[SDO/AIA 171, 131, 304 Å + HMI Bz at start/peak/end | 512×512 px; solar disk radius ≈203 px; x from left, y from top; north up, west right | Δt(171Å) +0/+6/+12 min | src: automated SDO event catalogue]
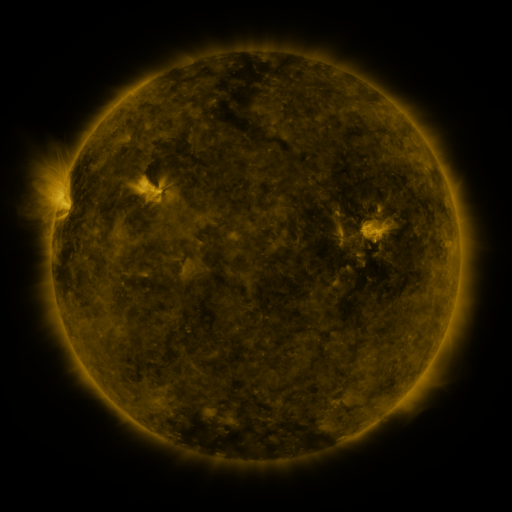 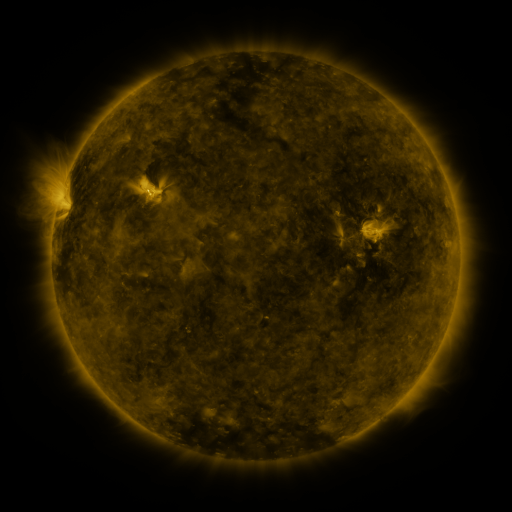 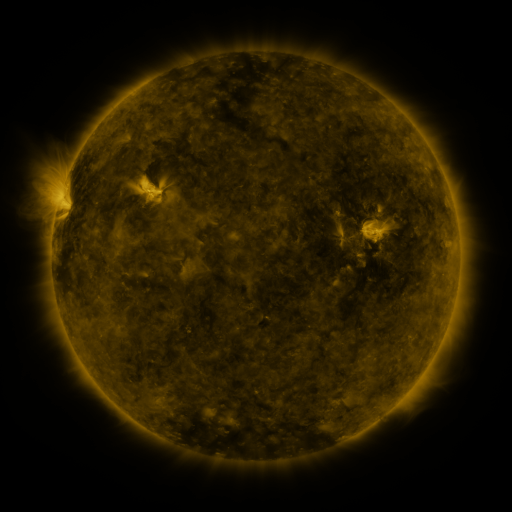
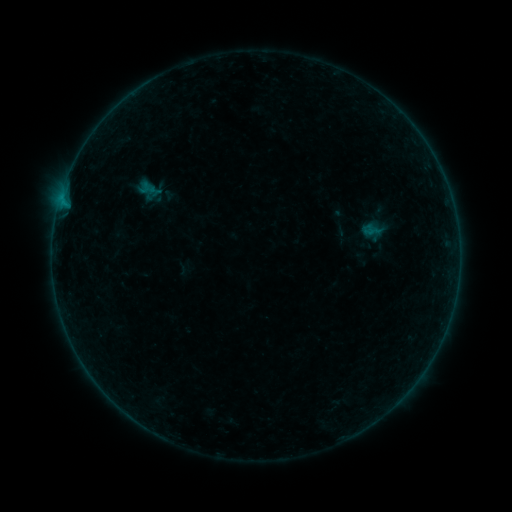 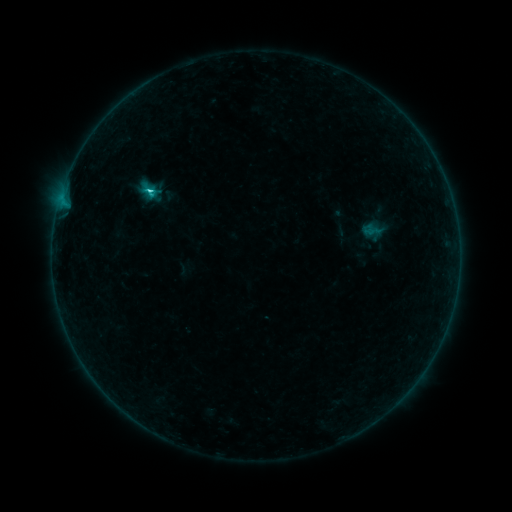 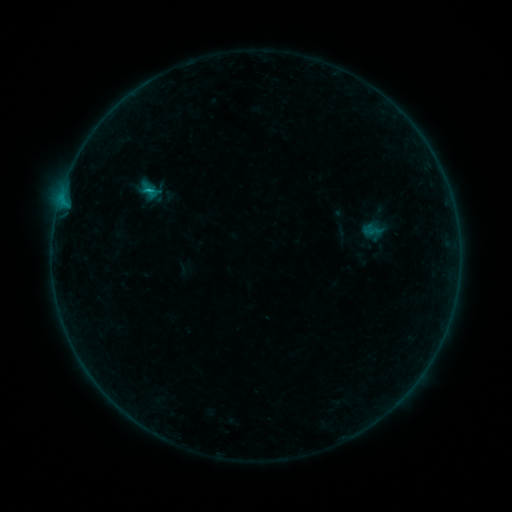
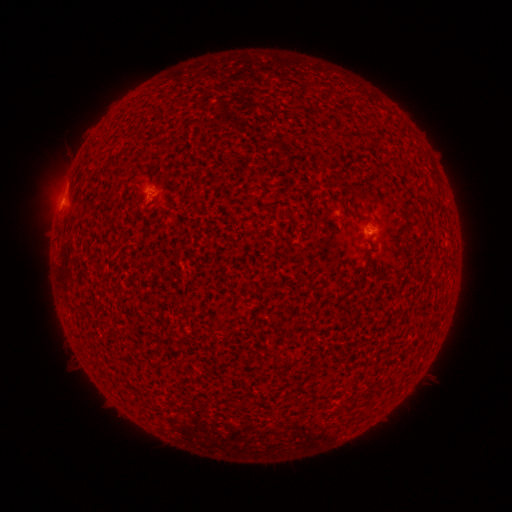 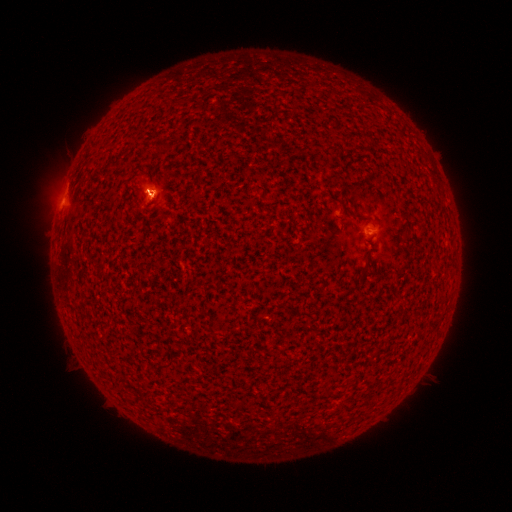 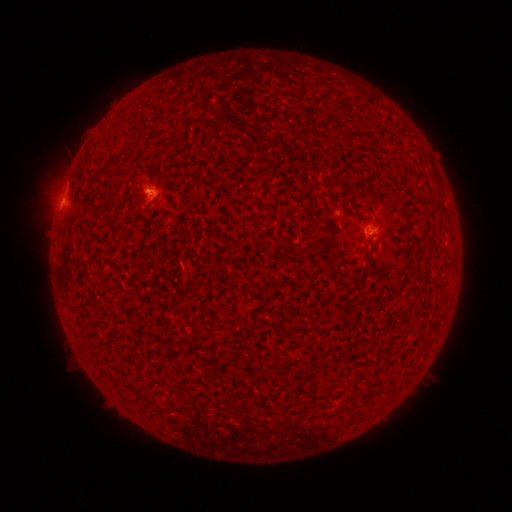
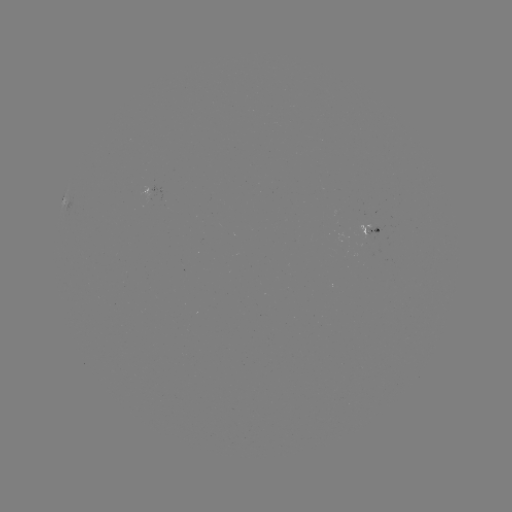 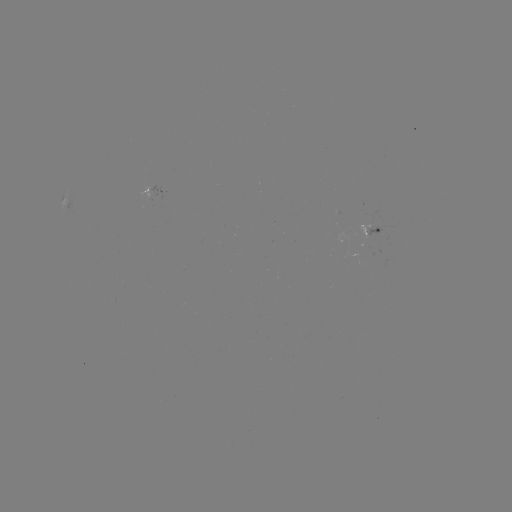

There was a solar flare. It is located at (152, 195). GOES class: B9.8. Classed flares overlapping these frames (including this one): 1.